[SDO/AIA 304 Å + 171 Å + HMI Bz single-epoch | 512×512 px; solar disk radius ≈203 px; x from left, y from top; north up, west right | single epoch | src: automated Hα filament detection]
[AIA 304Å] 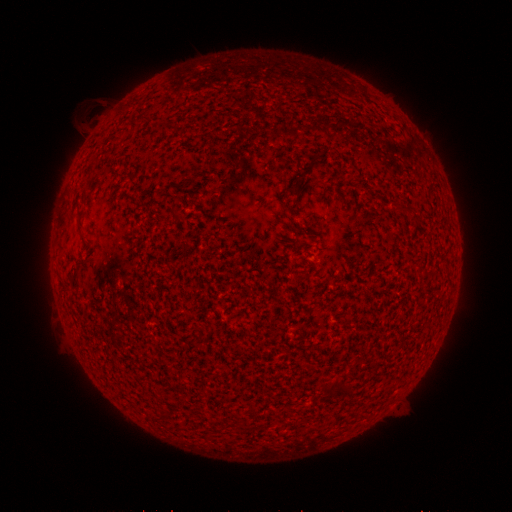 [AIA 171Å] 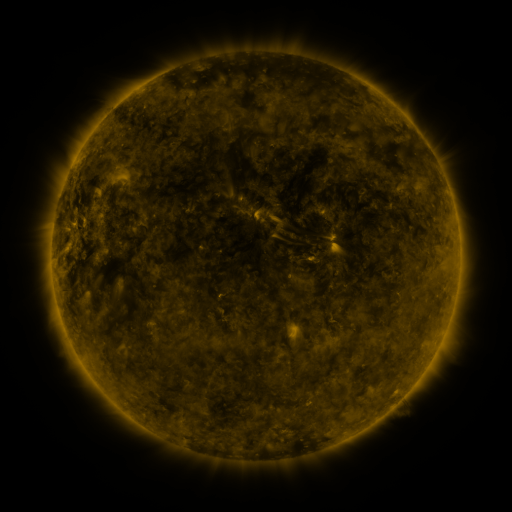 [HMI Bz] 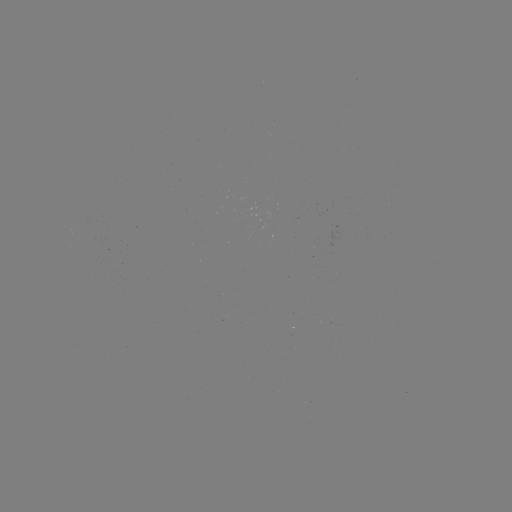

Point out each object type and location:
filament: [289, 183, 301, 196]
filament: [170, 209, 180, 220]
filament: [74, 210, 83, 233]
filament: [60, 286, 72, 294]
